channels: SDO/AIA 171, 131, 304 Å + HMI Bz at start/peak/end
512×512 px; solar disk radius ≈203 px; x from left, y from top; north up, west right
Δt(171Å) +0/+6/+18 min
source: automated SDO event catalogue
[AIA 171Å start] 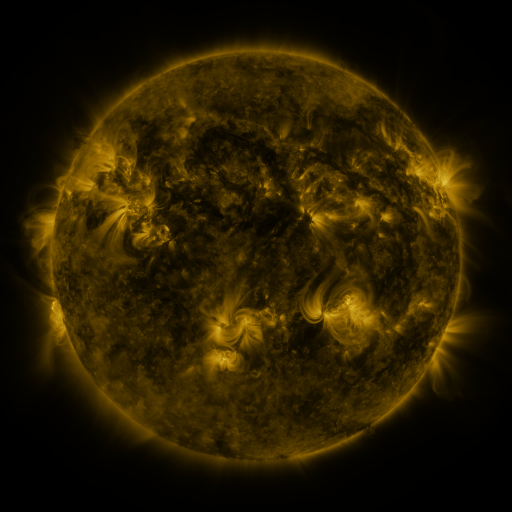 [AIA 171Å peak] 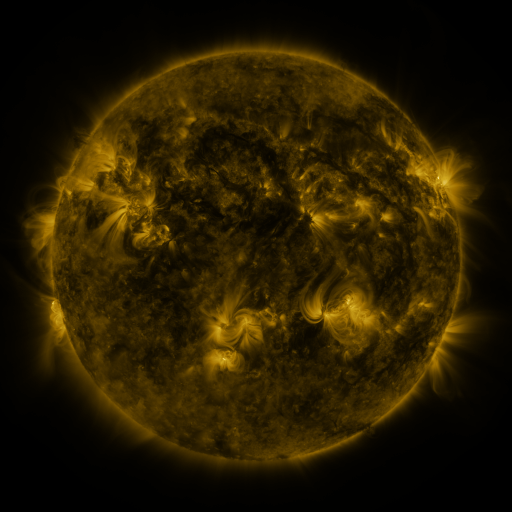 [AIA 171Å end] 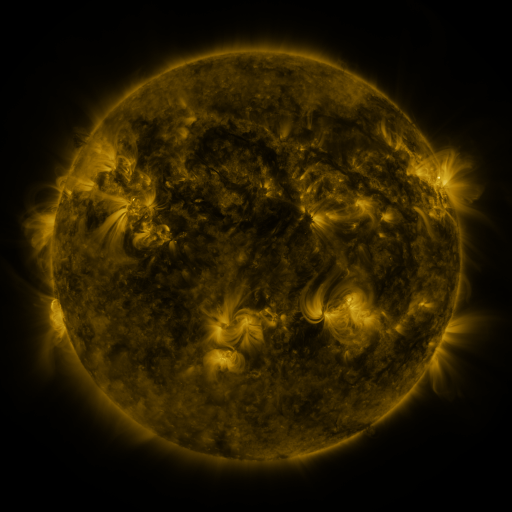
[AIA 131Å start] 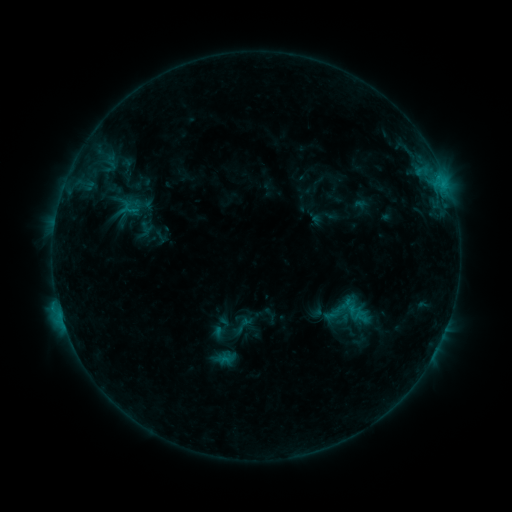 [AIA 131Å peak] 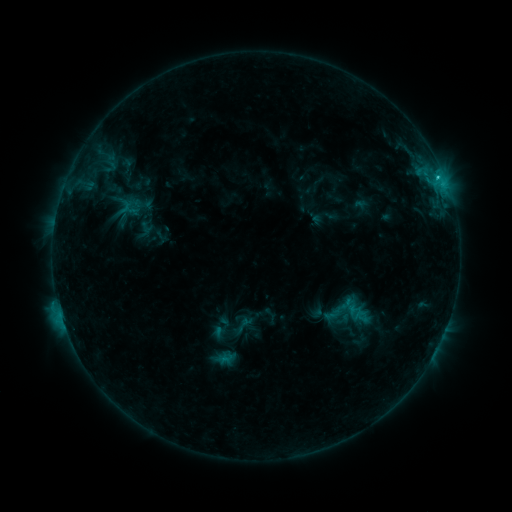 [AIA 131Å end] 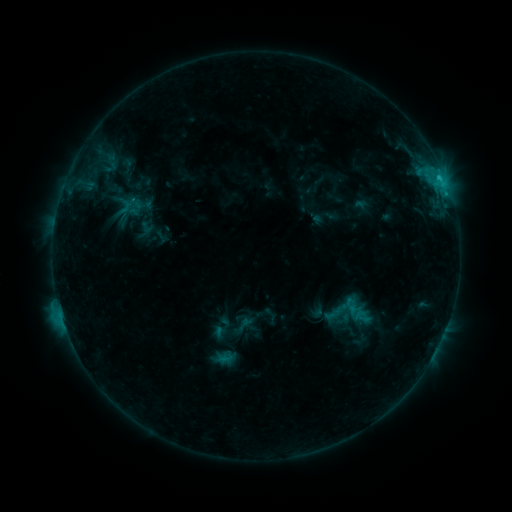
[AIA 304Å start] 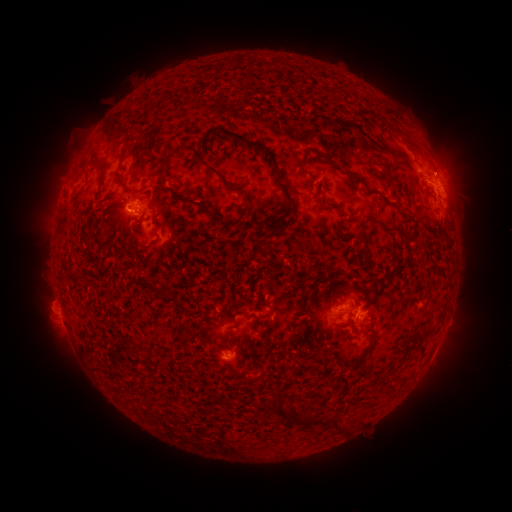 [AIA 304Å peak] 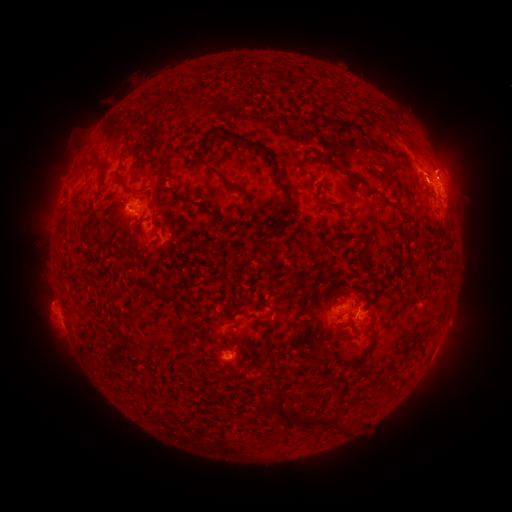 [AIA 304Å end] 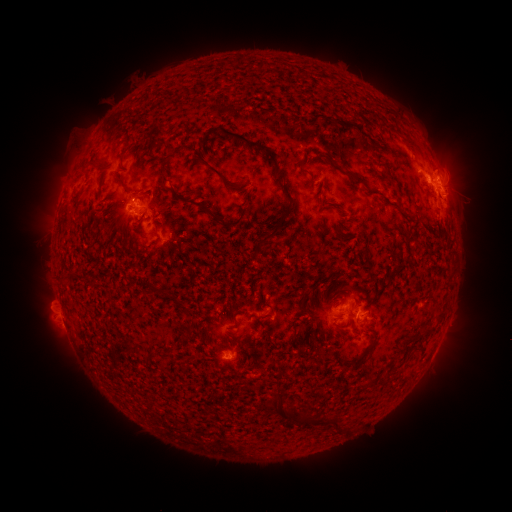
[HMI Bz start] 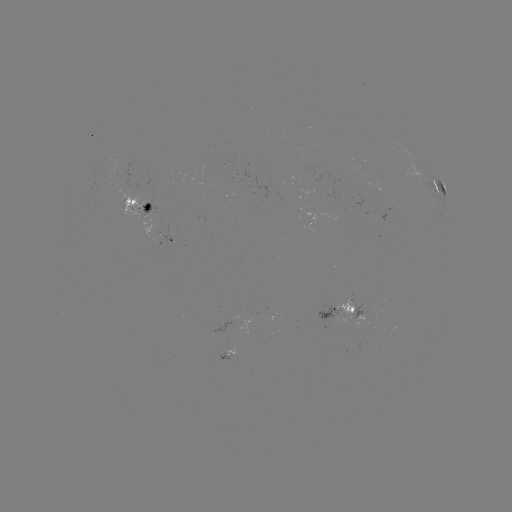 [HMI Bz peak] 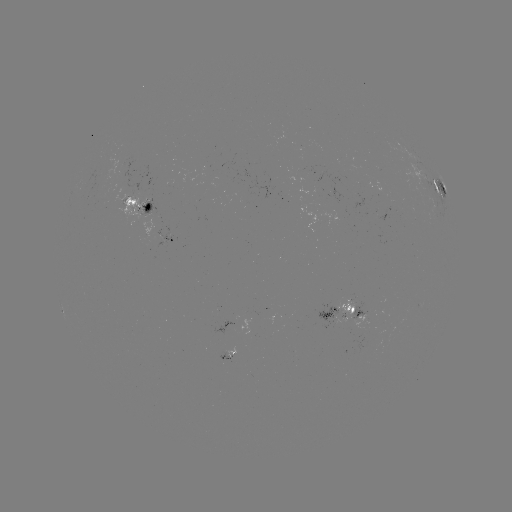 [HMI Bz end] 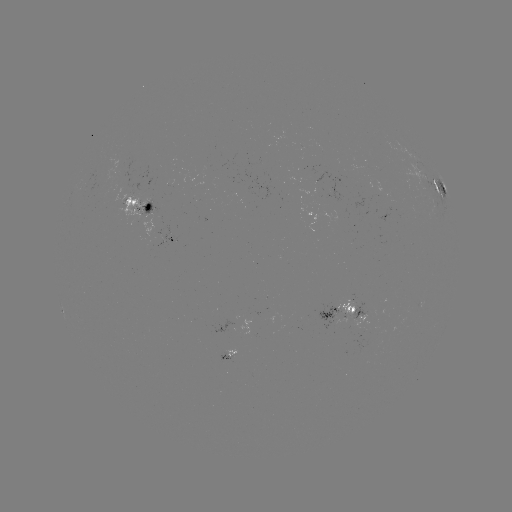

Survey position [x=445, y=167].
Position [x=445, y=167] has eruption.